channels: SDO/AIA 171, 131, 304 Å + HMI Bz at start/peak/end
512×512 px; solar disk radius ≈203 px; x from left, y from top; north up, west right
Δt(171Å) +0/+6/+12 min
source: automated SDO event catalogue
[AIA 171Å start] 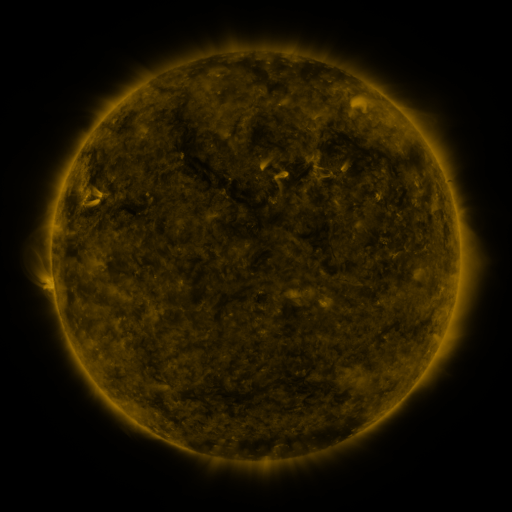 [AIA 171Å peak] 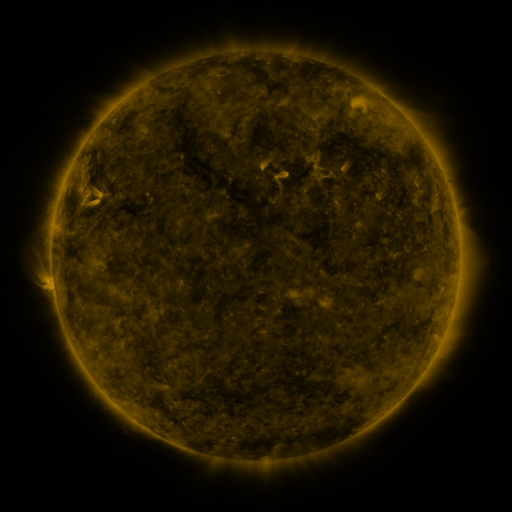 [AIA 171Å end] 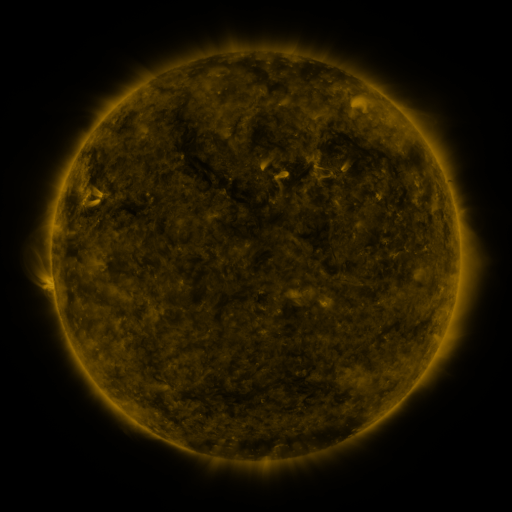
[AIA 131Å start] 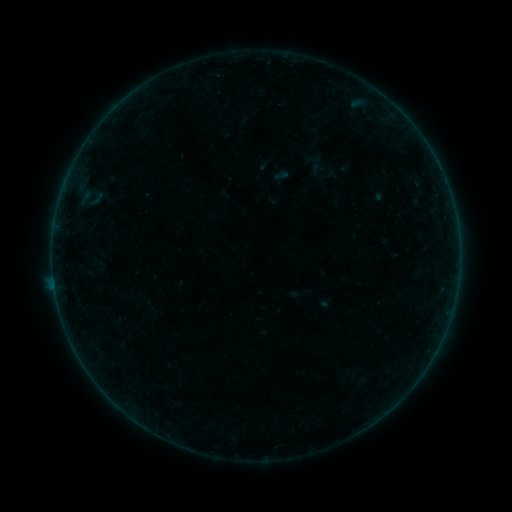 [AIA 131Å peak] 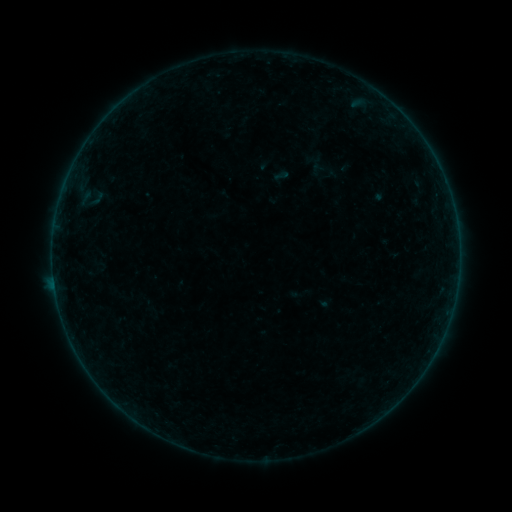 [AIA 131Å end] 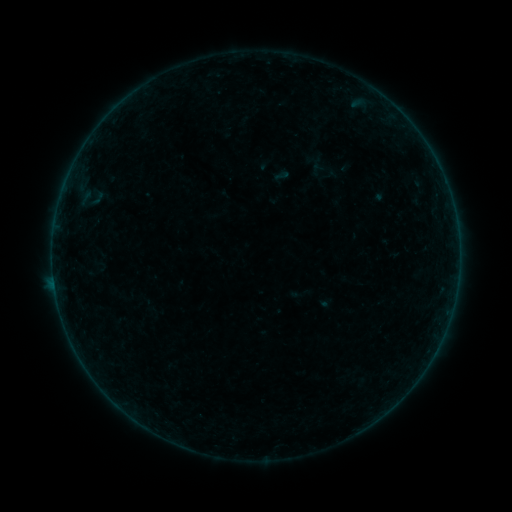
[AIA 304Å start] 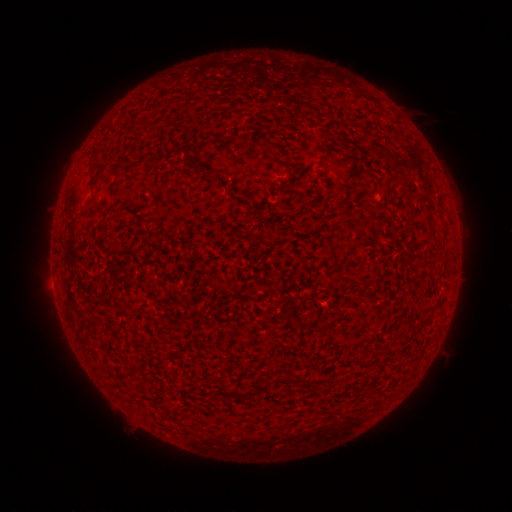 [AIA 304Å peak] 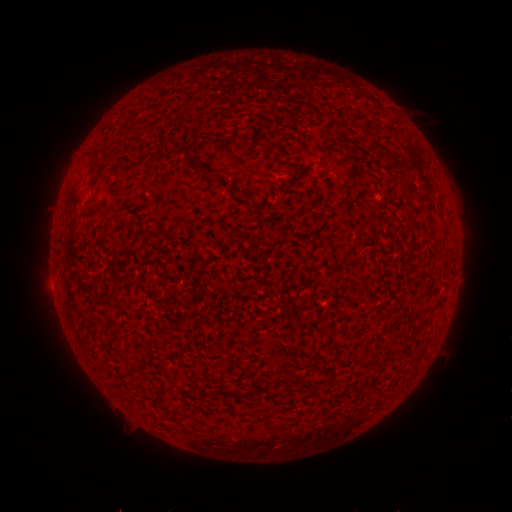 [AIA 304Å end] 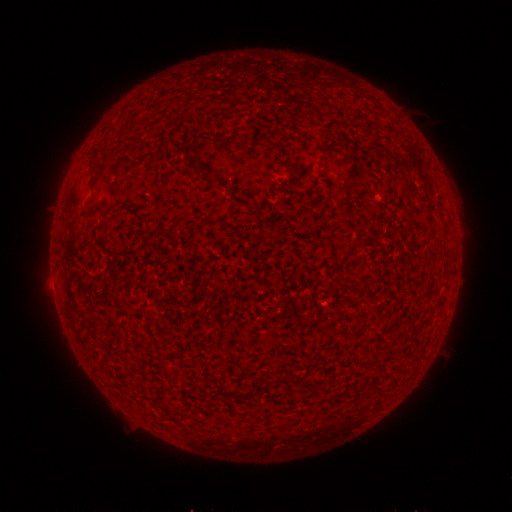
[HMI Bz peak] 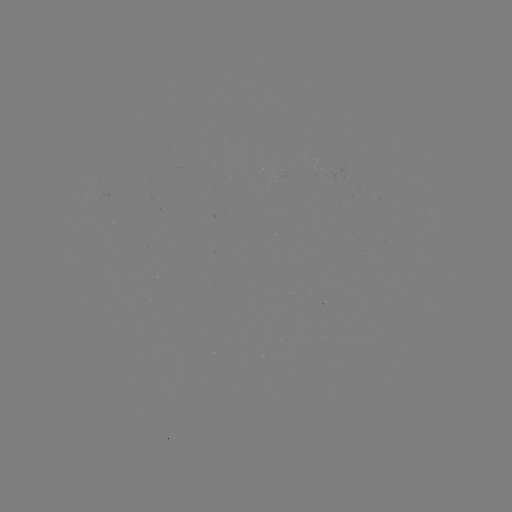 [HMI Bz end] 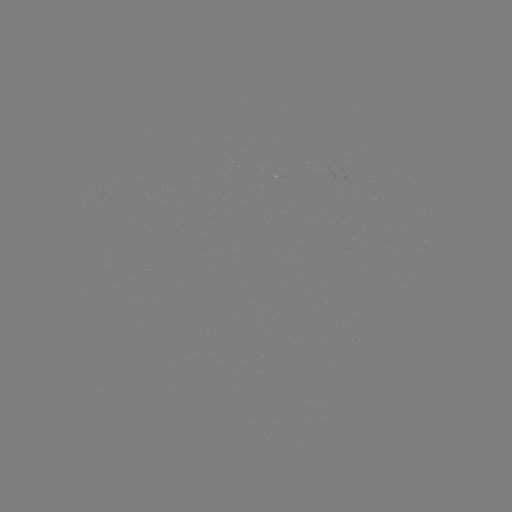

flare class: B2.2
